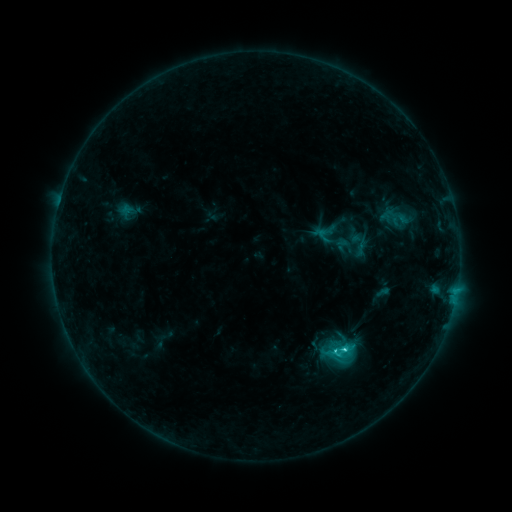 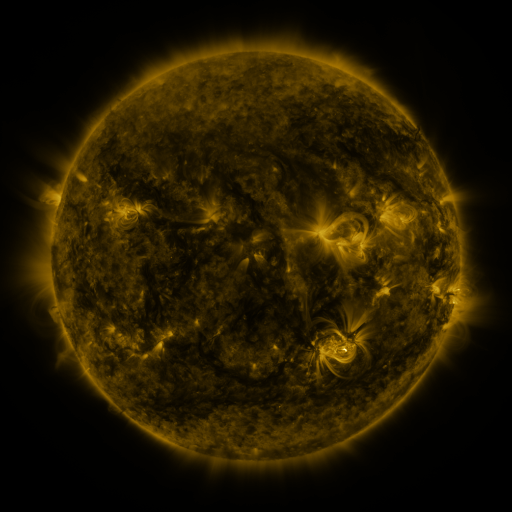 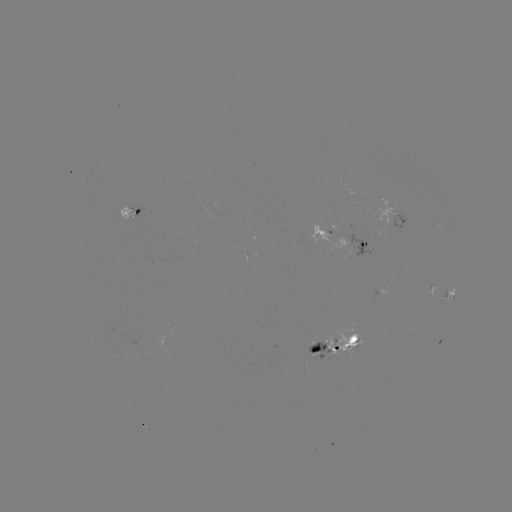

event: sigmoid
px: (339, 350)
